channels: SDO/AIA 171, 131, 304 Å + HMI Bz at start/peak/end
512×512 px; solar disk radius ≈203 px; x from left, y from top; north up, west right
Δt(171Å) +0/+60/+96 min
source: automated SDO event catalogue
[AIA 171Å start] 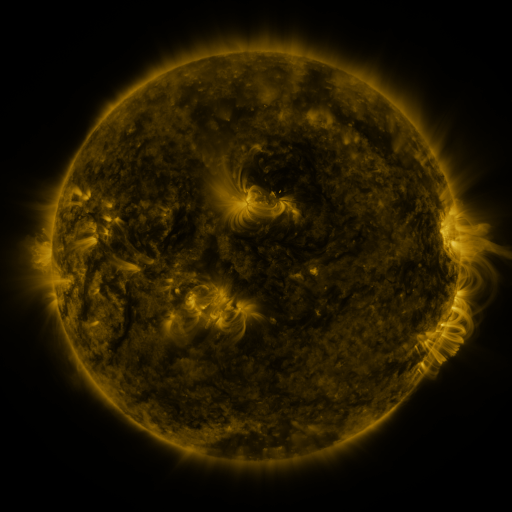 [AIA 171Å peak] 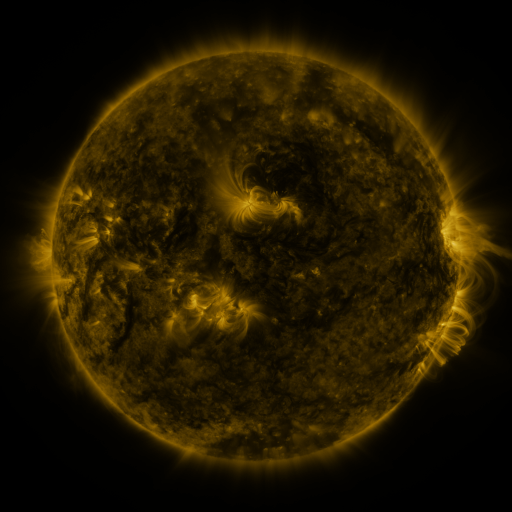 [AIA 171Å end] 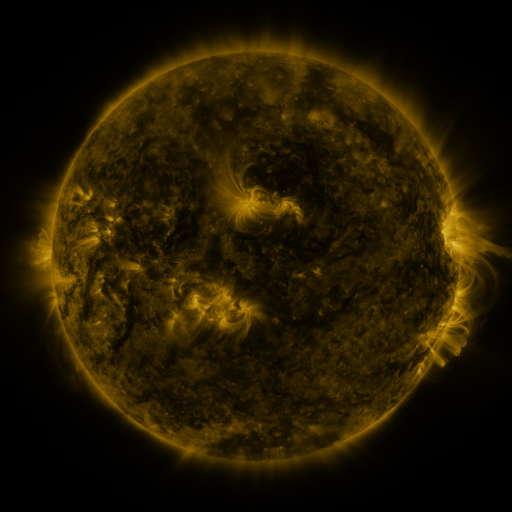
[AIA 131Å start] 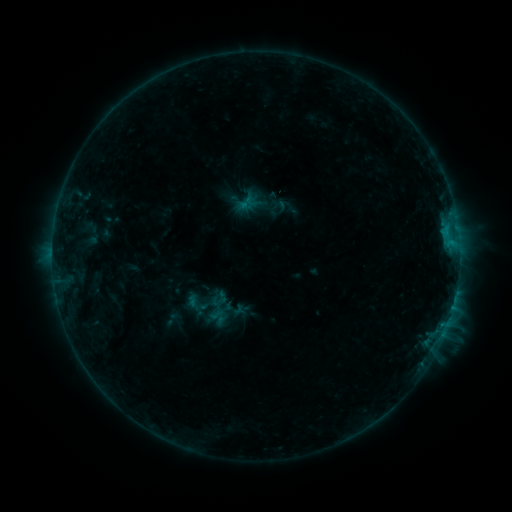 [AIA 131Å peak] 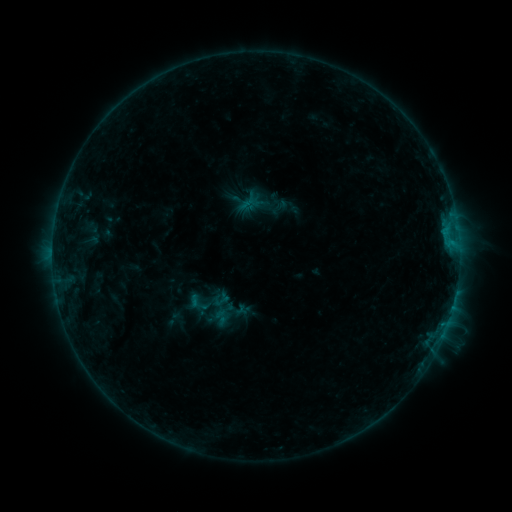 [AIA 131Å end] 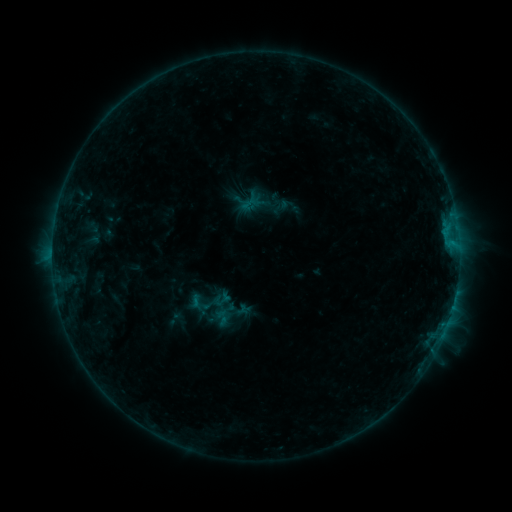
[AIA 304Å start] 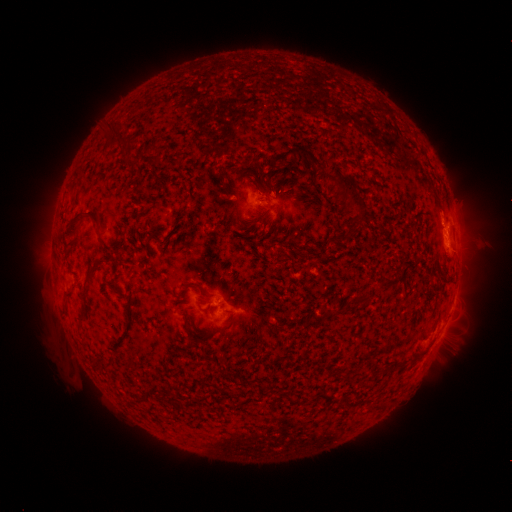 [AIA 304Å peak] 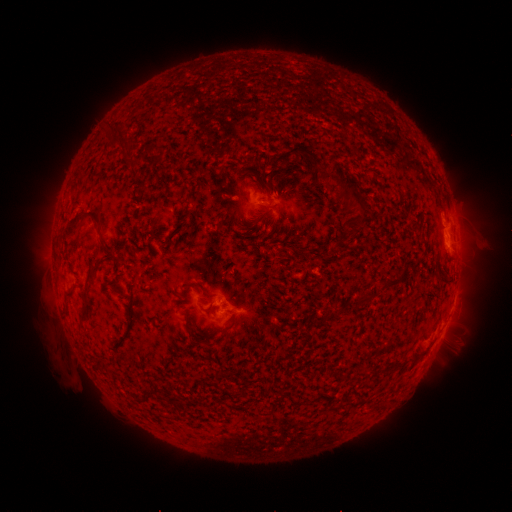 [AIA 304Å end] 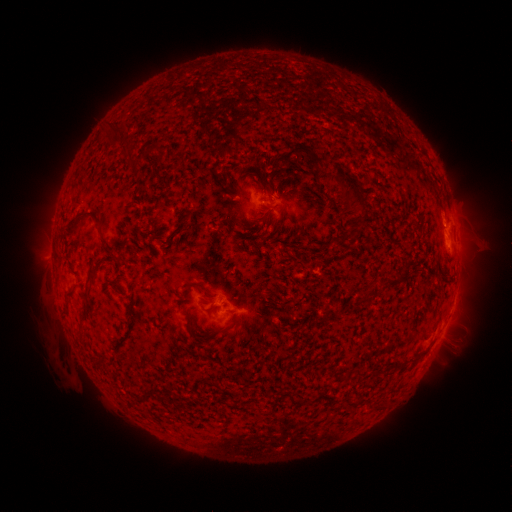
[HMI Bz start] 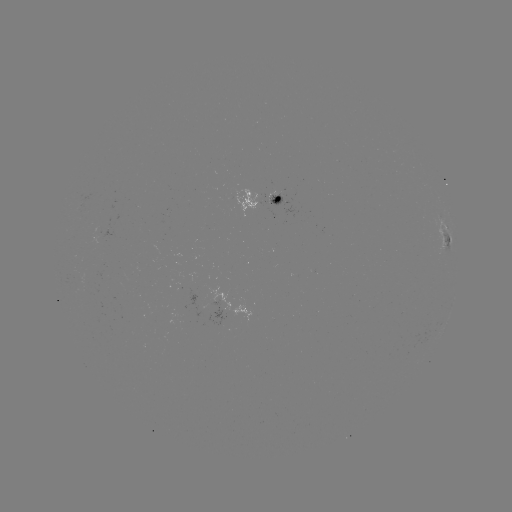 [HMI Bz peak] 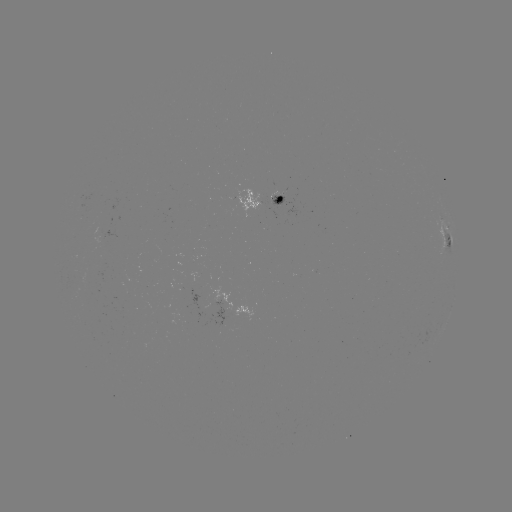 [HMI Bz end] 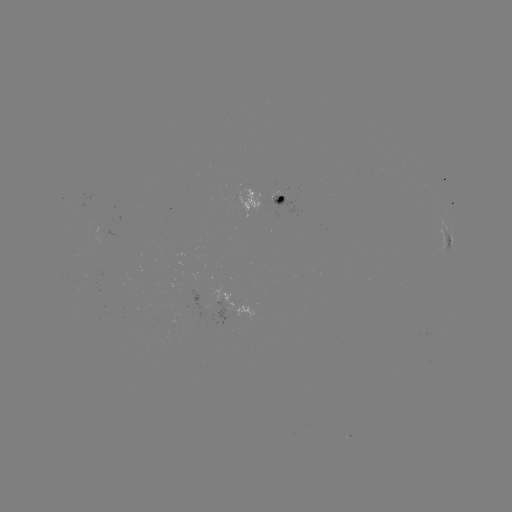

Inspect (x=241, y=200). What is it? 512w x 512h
emerging-flux region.